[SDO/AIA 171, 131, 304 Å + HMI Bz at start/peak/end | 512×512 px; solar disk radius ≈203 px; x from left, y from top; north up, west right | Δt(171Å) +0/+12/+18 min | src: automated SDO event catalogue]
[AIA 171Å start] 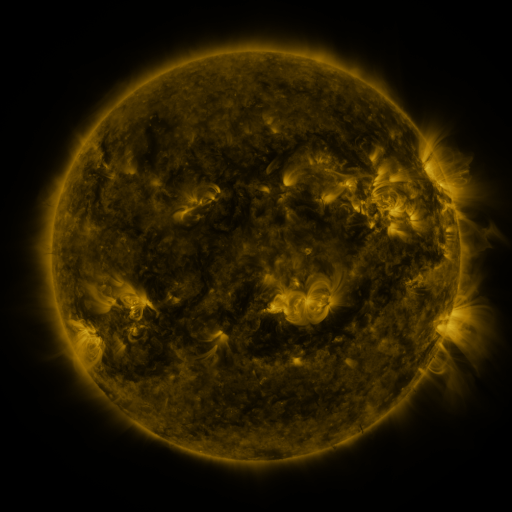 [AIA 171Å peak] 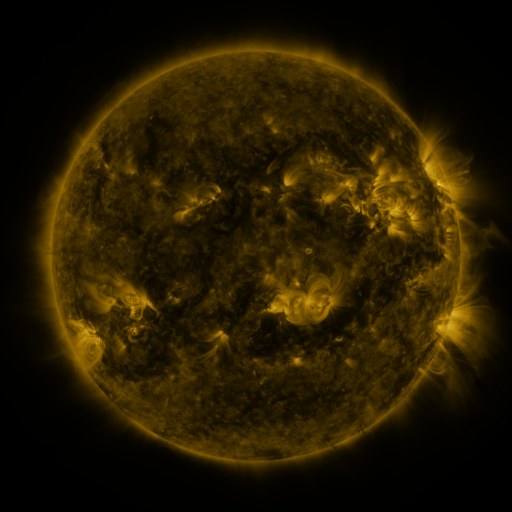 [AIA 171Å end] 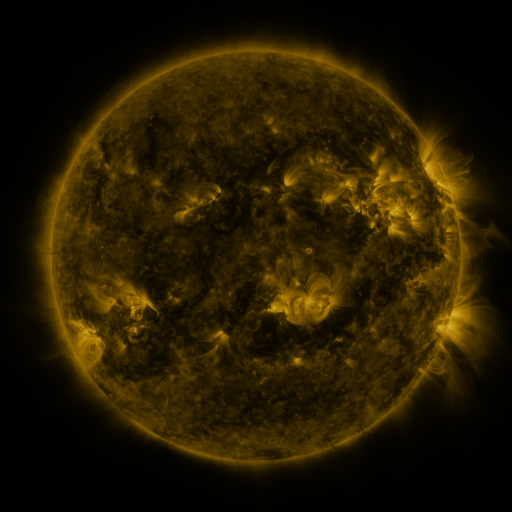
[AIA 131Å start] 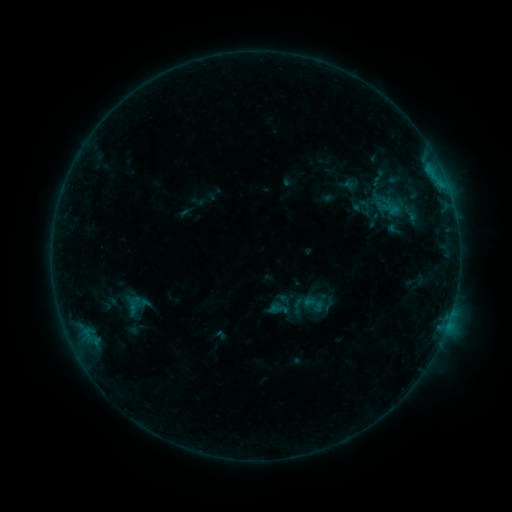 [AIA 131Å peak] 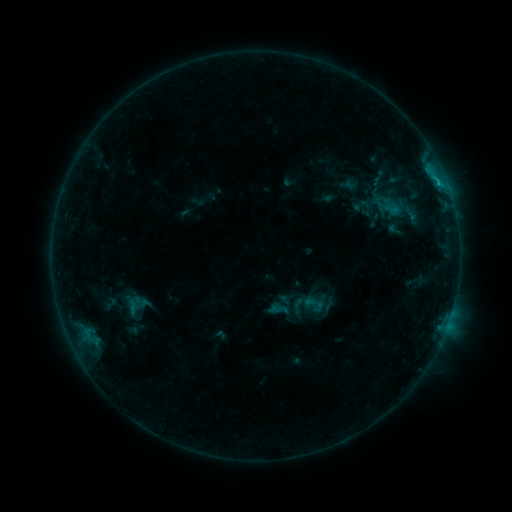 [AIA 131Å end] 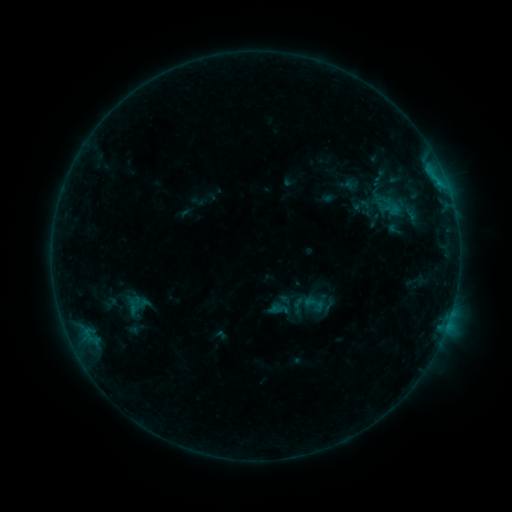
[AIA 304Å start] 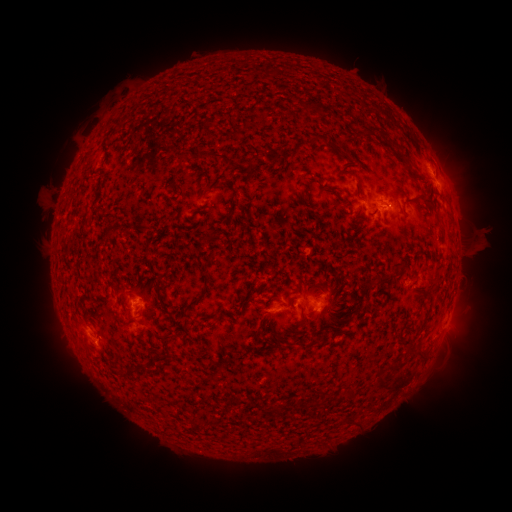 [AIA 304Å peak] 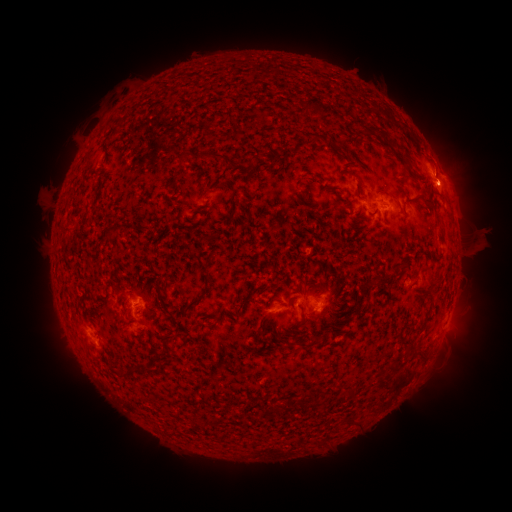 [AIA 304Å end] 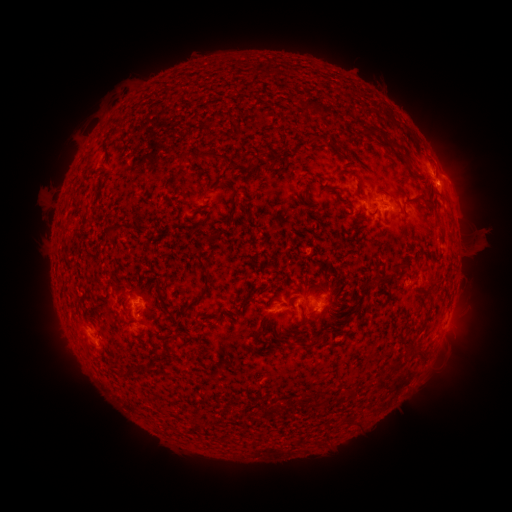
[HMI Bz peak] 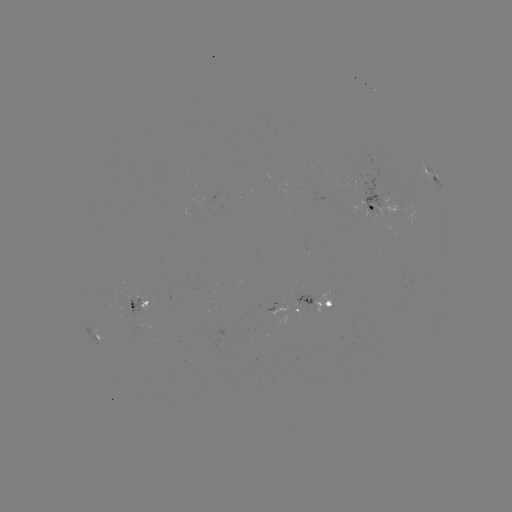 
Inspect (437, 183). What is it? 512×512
B7.0 flare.